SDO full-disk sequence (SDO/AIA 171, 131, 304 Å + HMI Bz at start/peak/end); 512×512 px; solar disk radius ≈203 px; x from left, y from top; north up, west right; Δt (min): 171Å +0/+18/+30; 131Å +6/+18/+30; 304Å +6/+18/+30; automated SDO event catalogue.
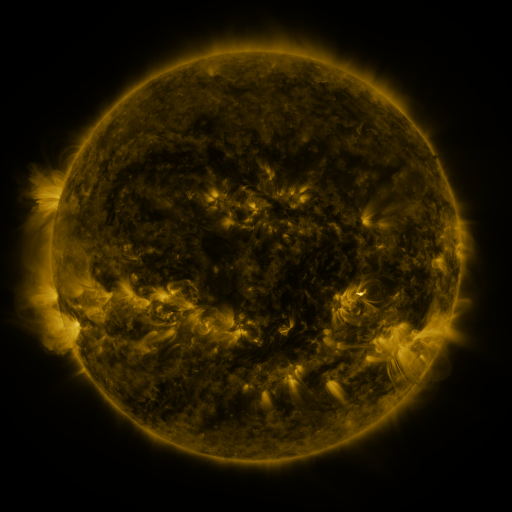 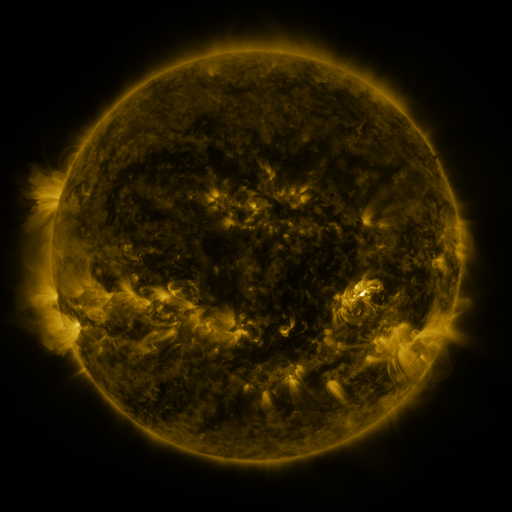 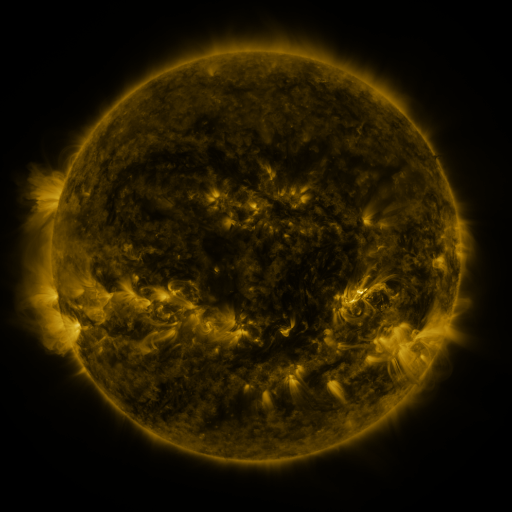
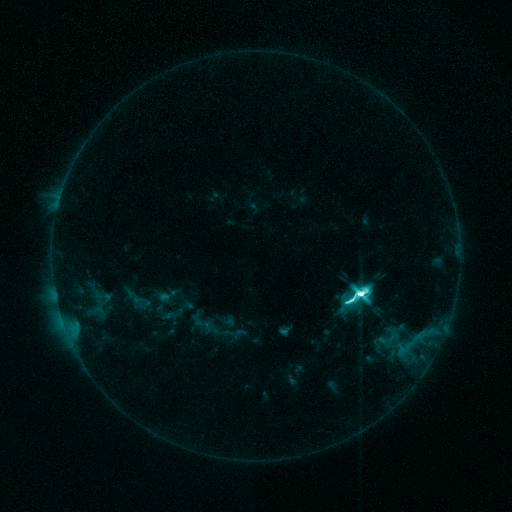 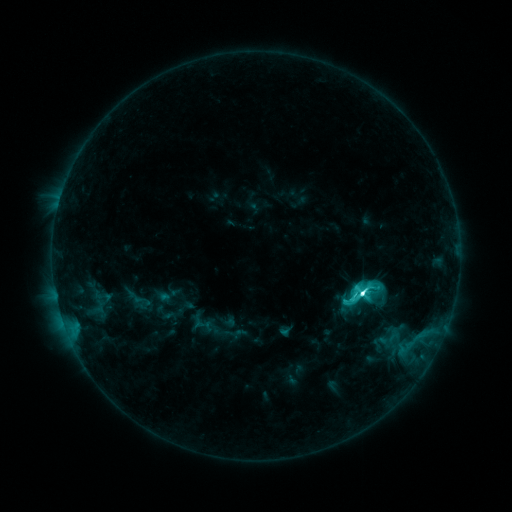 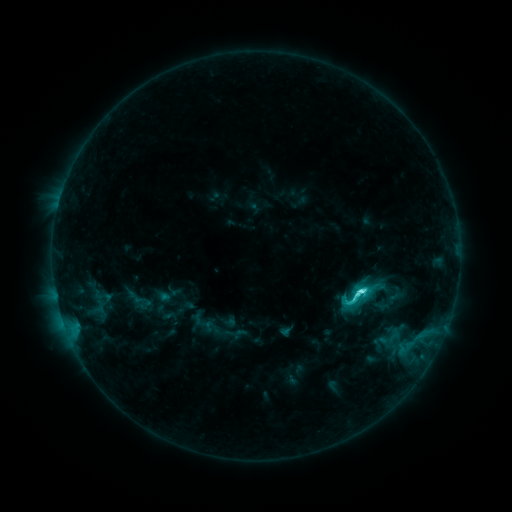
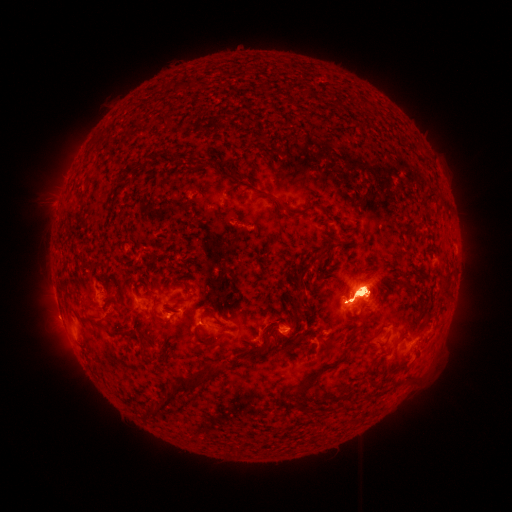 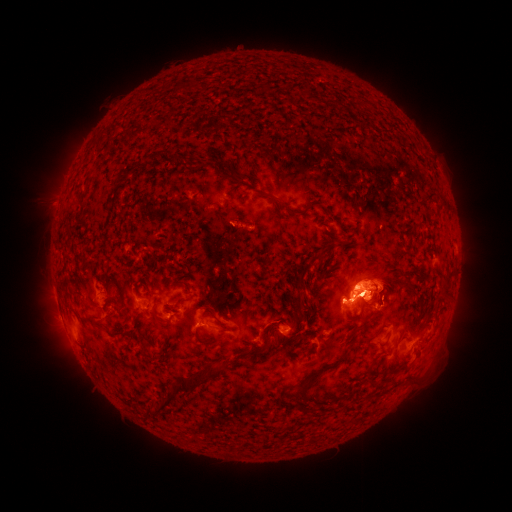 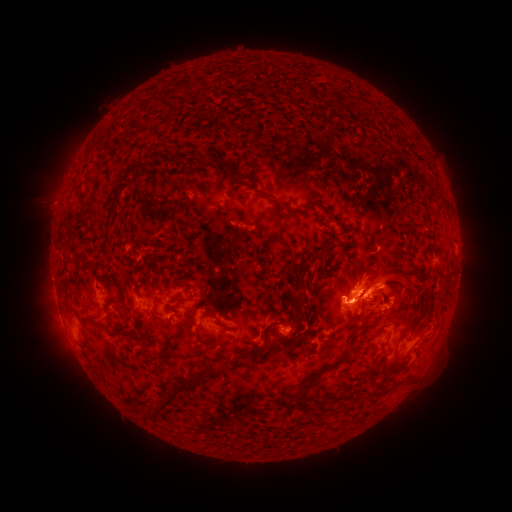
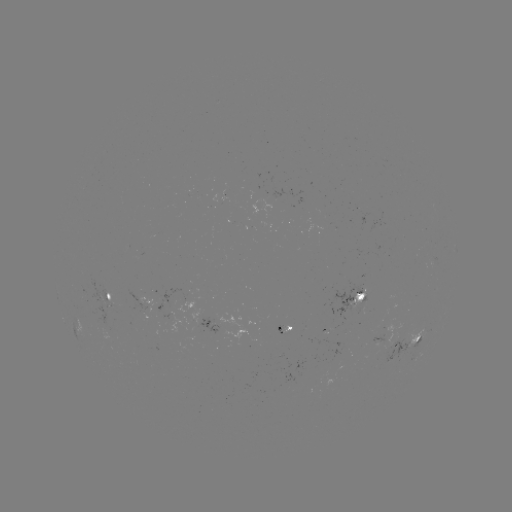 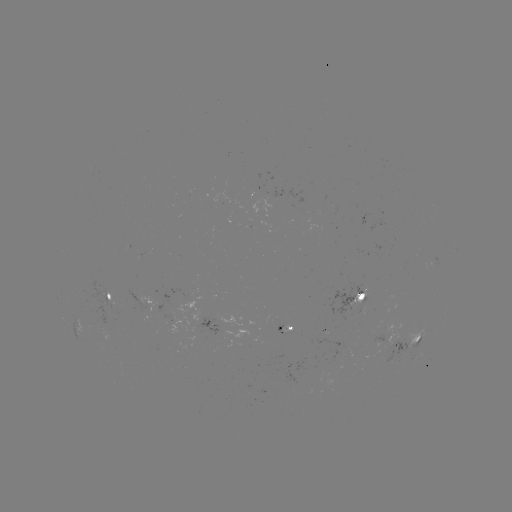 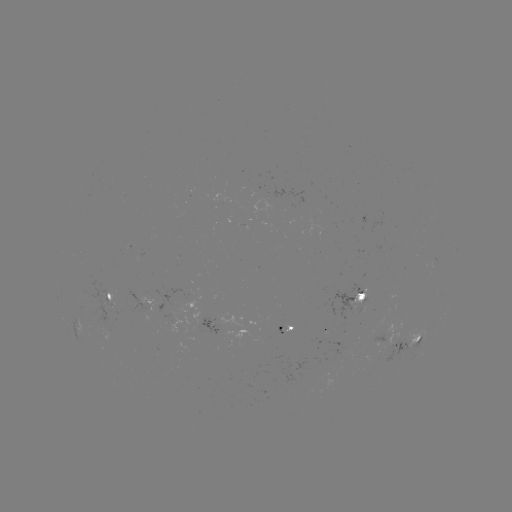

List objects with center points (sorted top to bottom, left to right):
eruption: (466, 282)
